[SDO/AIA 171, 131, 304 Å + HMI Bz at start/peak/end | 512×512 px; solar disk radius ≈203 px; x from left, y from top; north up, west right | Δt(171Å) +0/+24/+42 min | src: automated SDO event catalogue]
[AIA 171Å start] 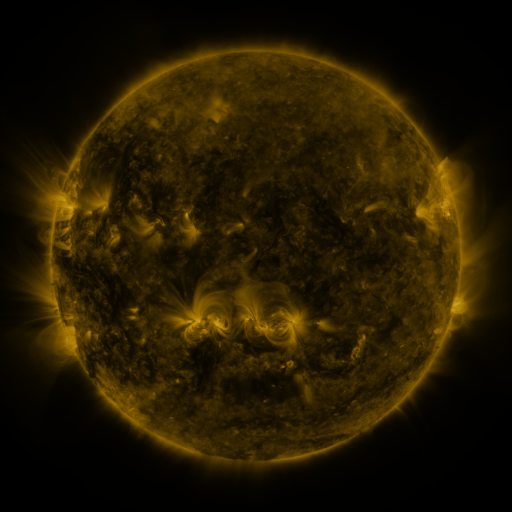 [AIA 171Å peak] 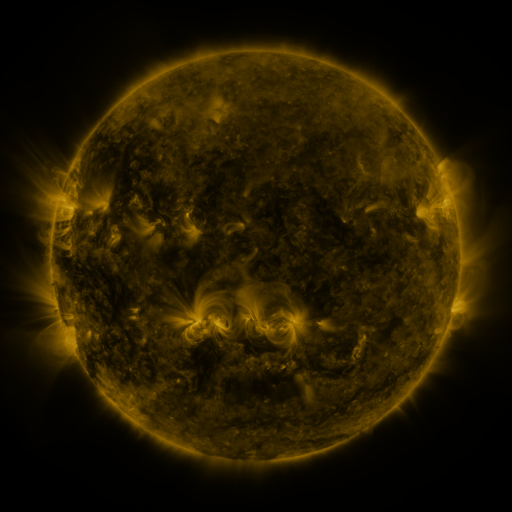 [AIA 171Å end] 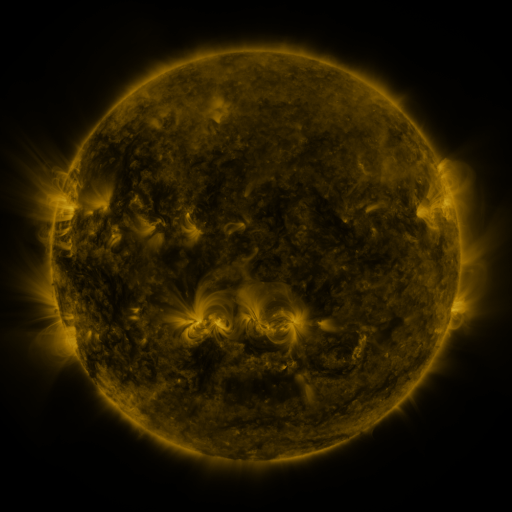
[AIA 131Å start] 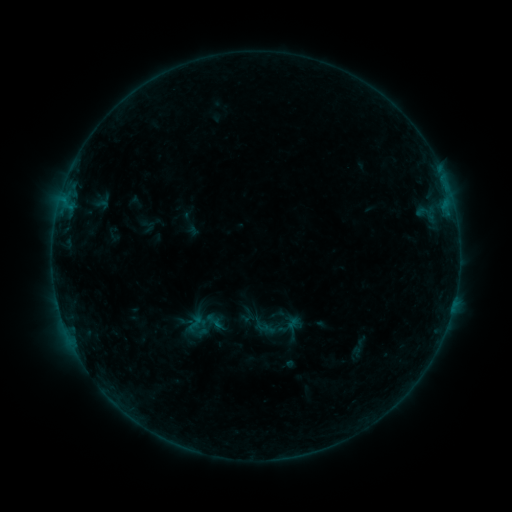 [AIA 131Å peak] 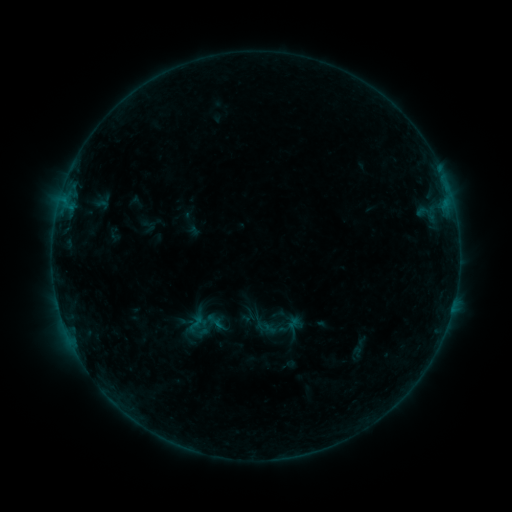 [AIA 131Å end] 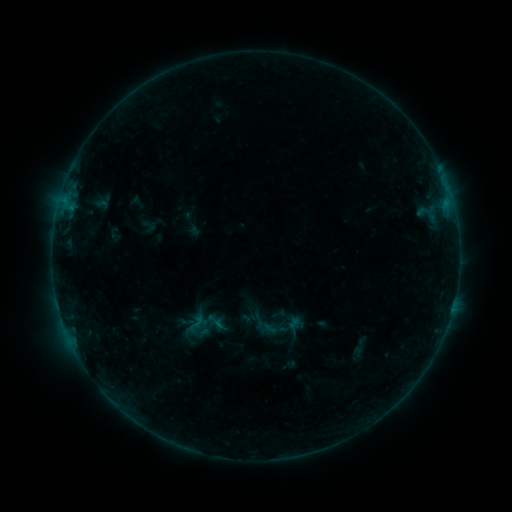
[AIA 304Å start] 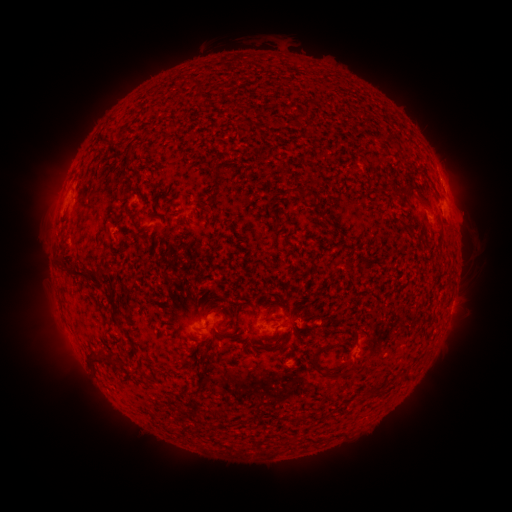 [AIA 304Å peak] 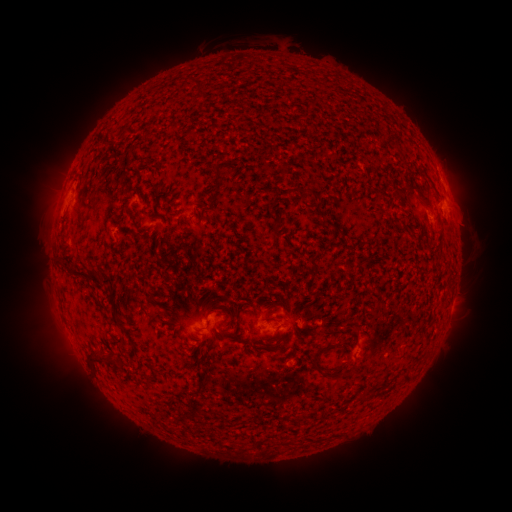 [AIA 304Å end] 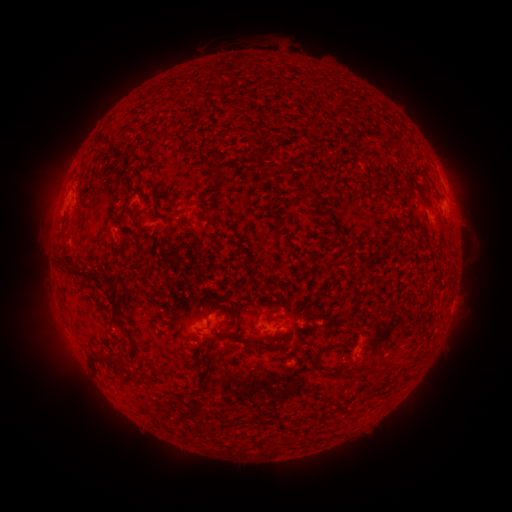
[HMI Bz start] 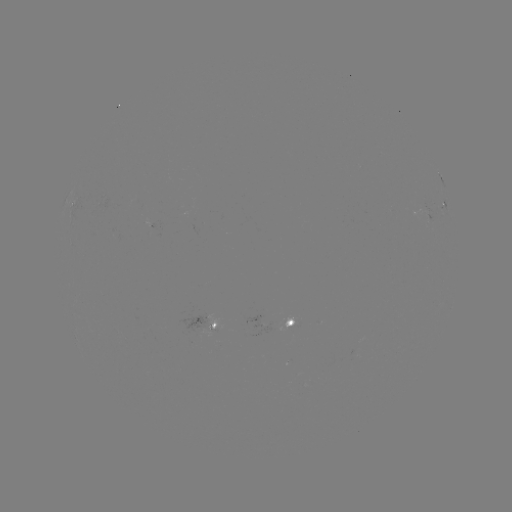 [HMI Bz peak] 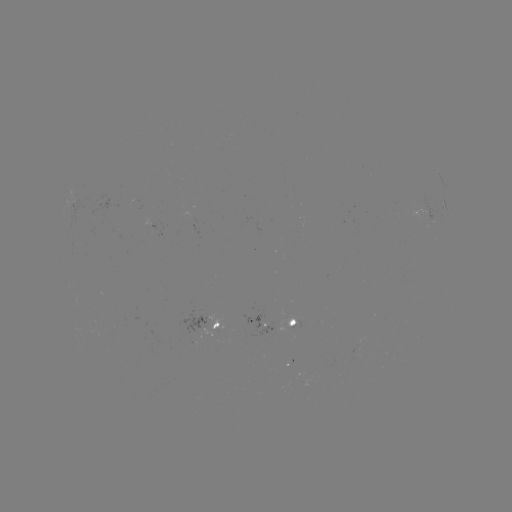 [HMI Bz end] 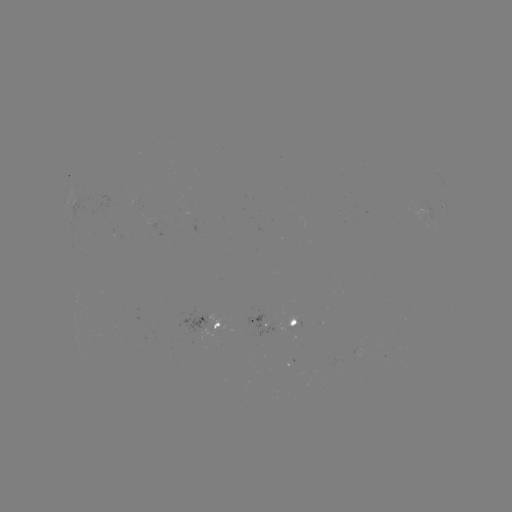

nothing was catalogued: no classed flare, no EUV trigger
